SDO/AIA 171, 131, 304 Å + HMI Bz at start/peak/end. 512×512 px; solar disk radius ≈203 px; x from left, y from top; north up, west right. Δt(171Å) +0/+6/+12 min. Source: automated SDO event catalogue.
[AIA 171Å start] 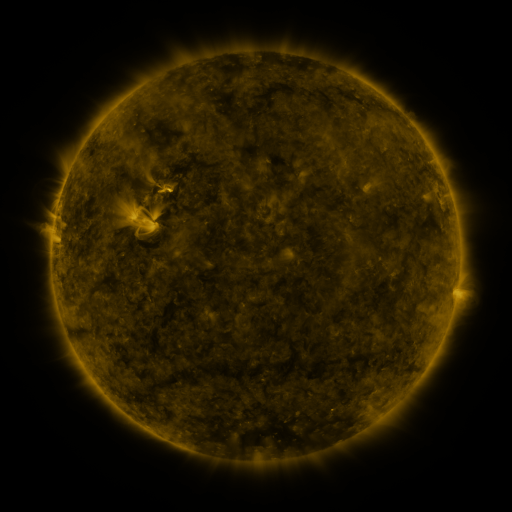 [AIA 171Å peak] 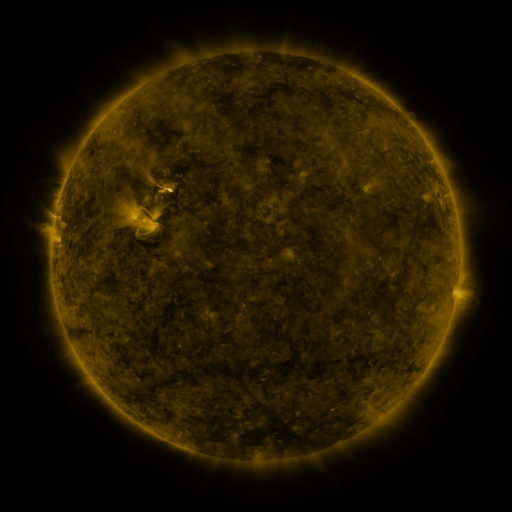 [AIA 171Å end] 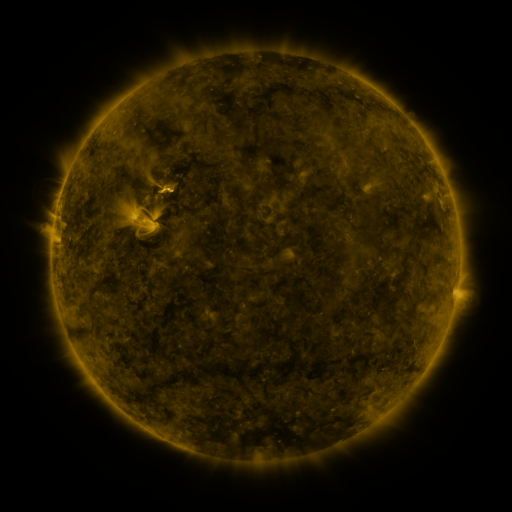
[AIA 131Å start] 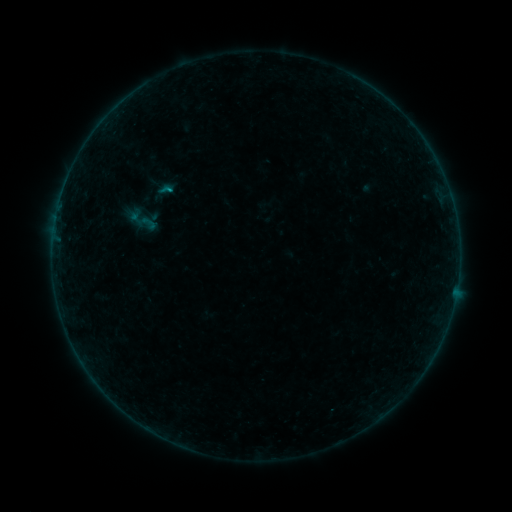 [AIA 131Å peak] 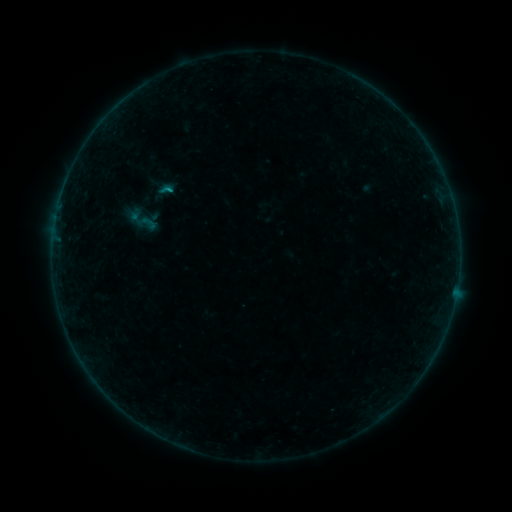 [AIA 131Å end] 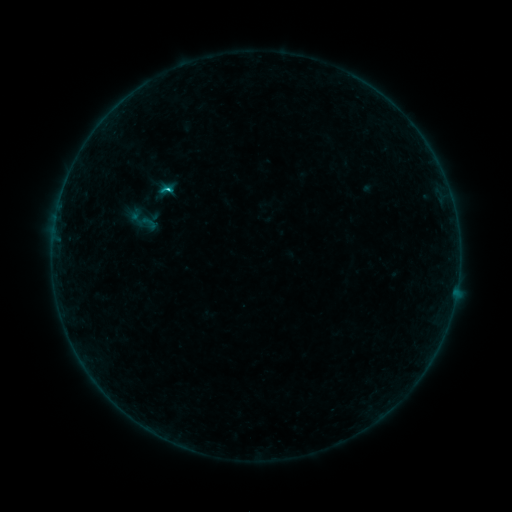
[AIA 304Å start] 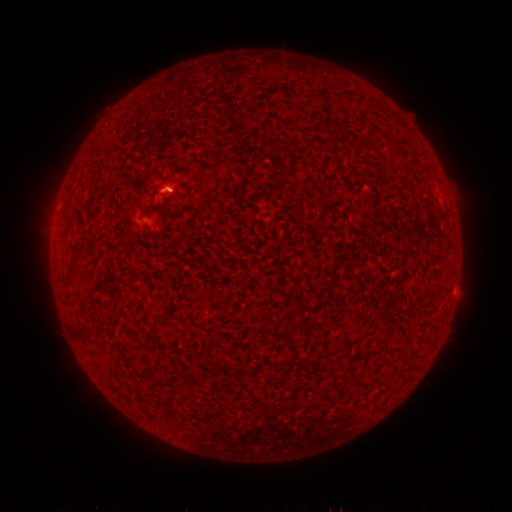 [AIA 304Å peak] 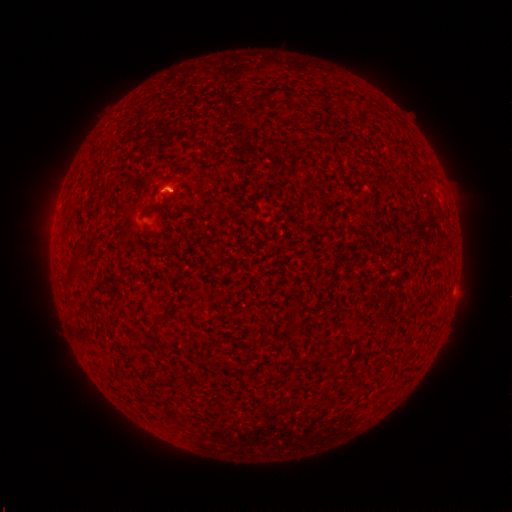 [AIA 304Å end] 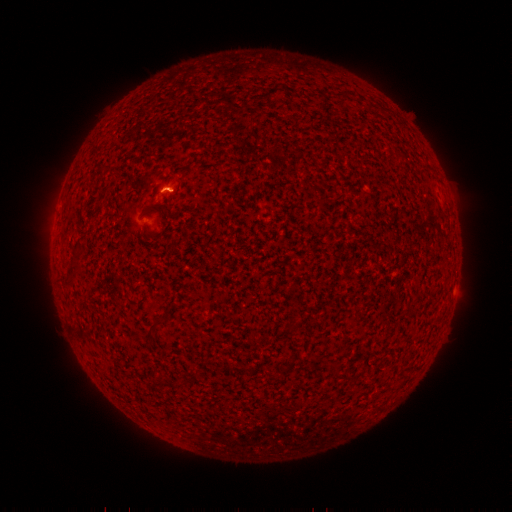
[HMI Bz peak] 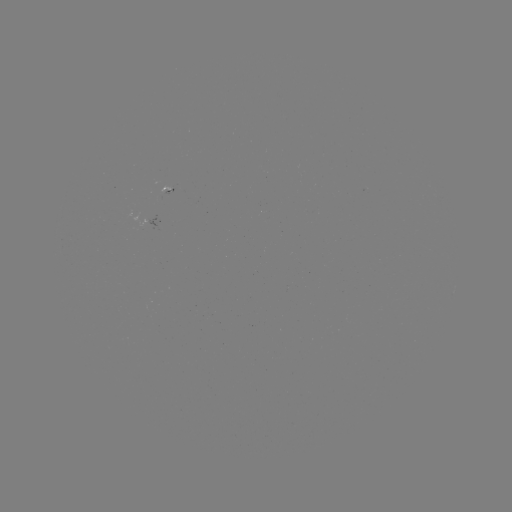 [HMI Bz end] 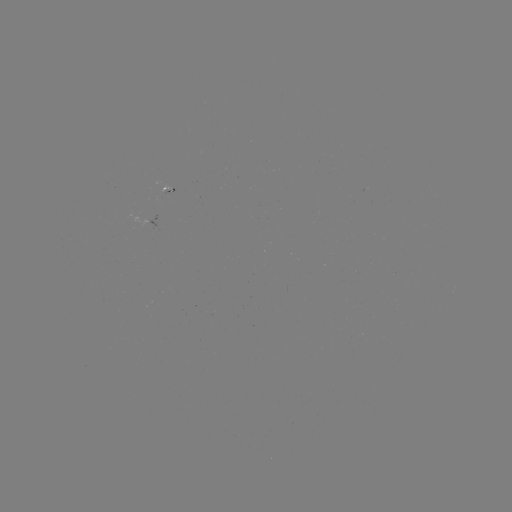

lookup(C1.1 flare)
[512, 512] [168, 190]